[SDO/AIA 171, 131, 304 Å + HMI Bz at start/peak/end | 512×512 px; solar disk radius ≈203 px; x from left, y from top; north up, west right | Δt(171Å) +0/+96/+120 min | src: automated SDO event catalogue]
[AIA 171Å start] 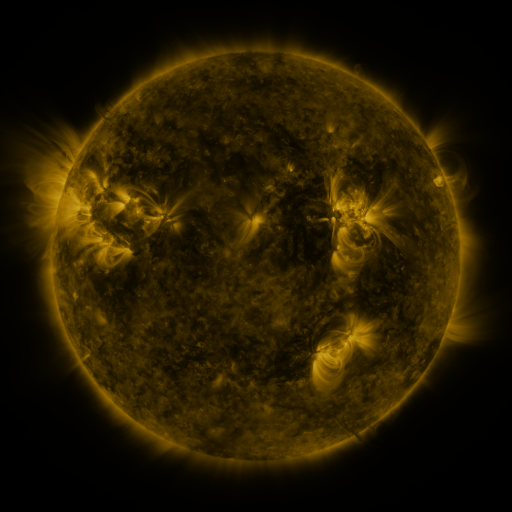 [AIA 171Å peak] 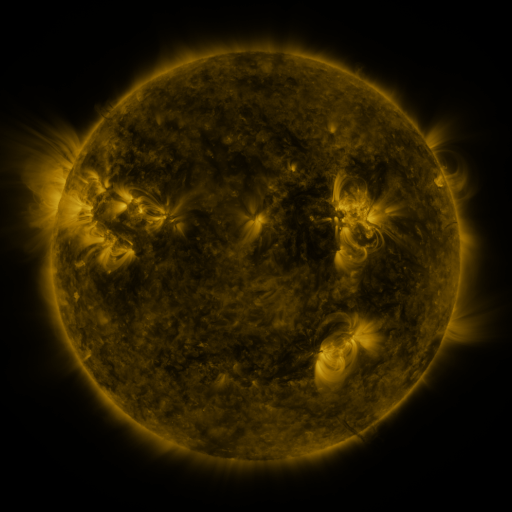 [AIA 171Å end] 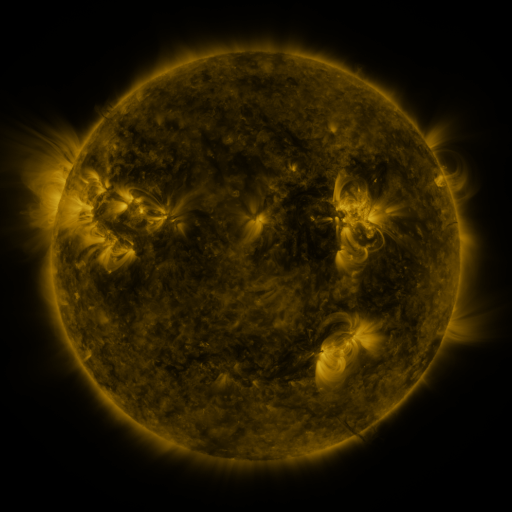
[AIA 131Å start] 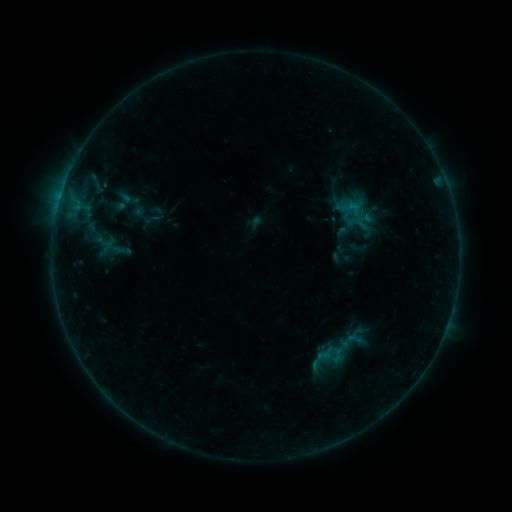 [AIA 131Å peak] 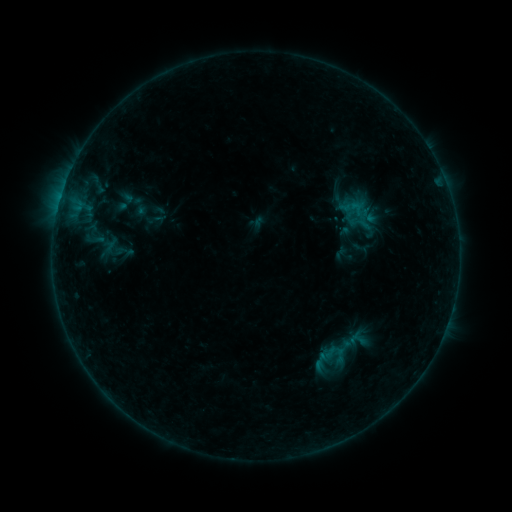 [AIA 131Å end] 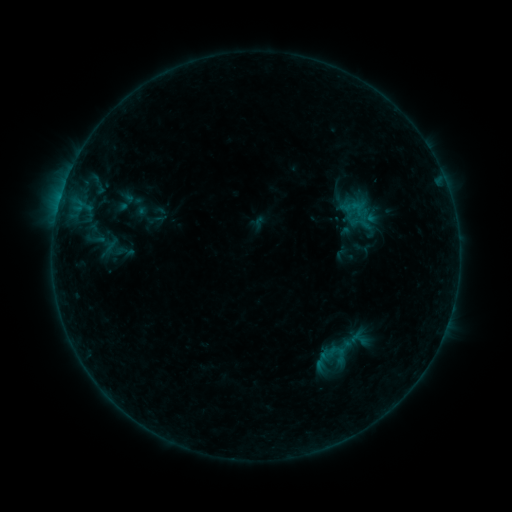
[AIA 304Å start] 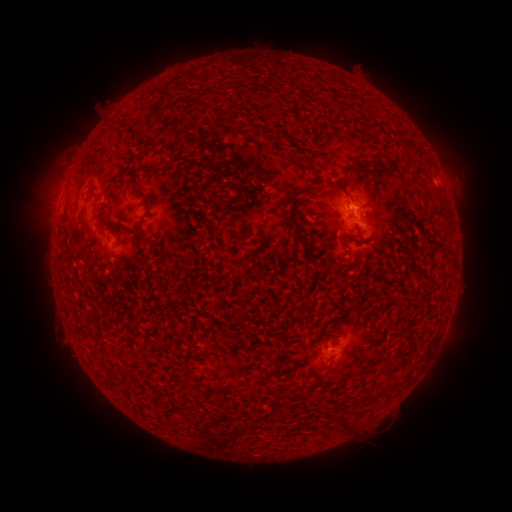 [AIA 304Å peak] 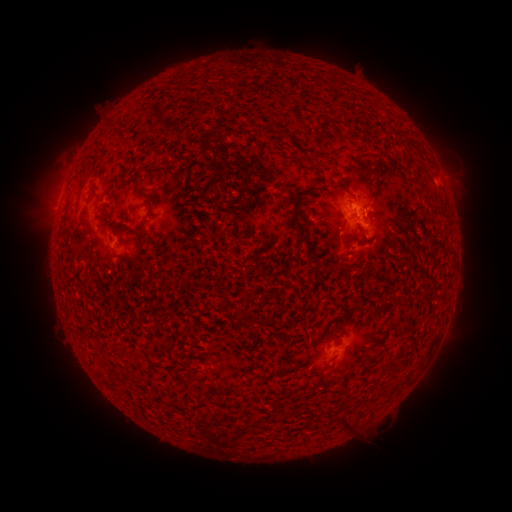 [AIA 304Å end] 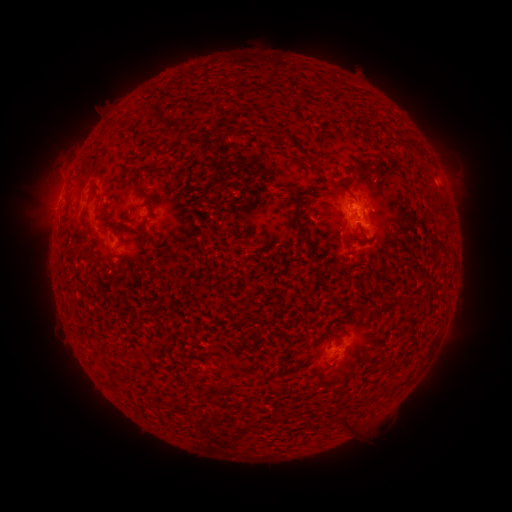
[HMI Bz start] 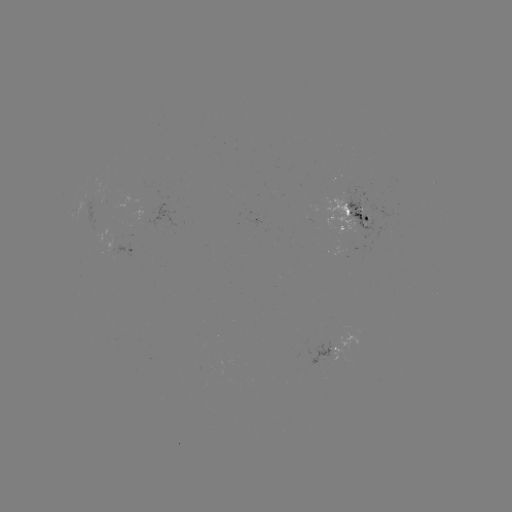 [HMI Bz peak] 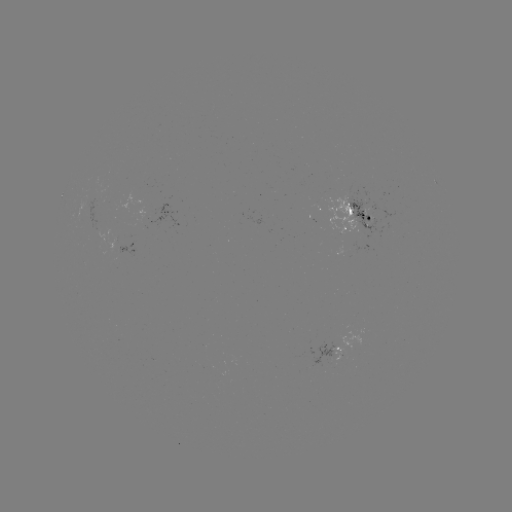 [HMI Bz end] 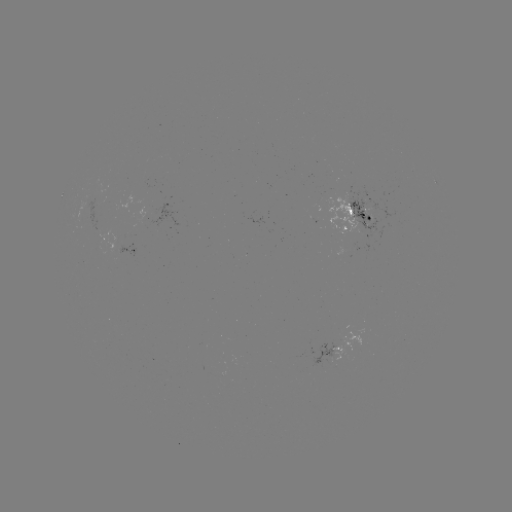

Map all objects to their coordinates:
emerging-flux region: (378, 210)
